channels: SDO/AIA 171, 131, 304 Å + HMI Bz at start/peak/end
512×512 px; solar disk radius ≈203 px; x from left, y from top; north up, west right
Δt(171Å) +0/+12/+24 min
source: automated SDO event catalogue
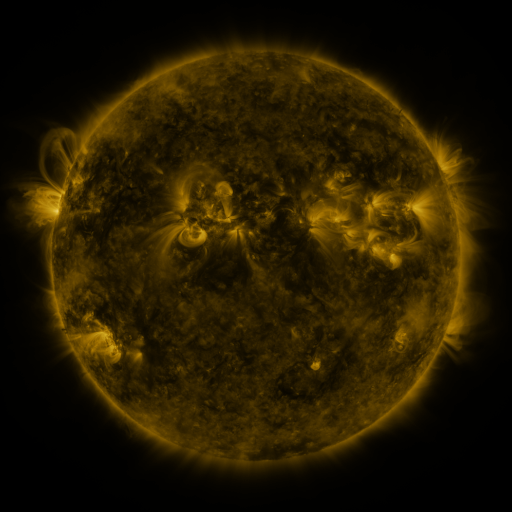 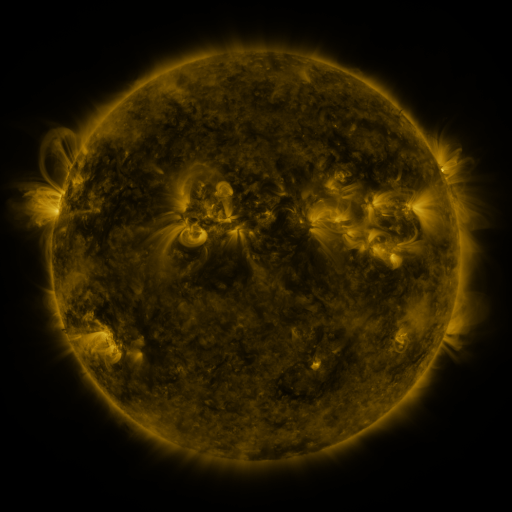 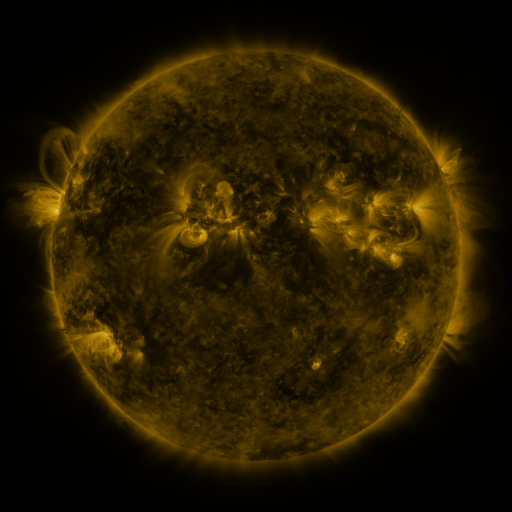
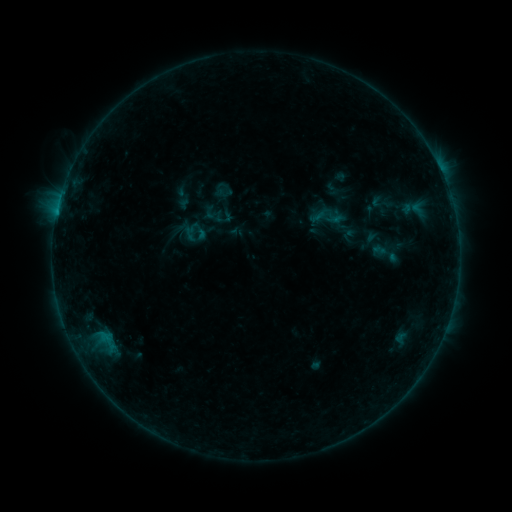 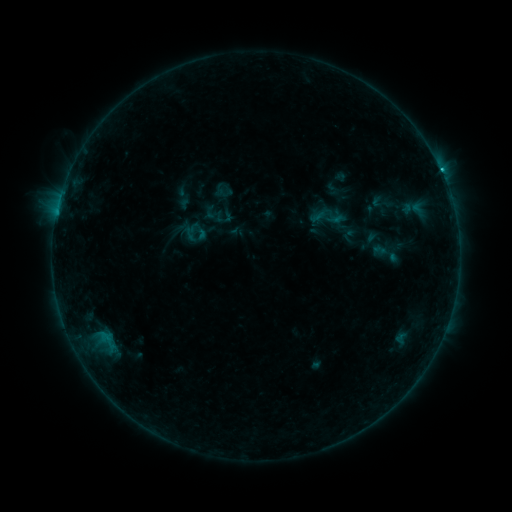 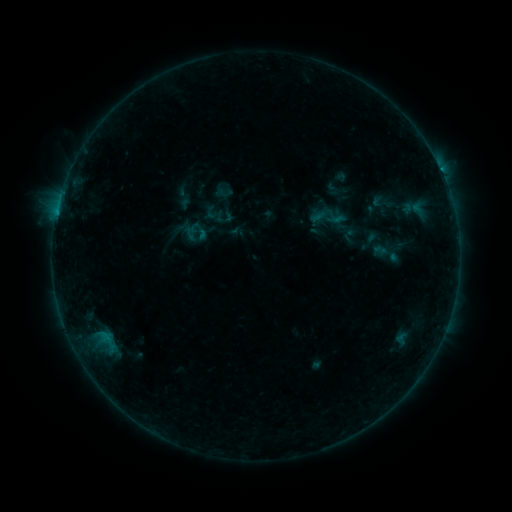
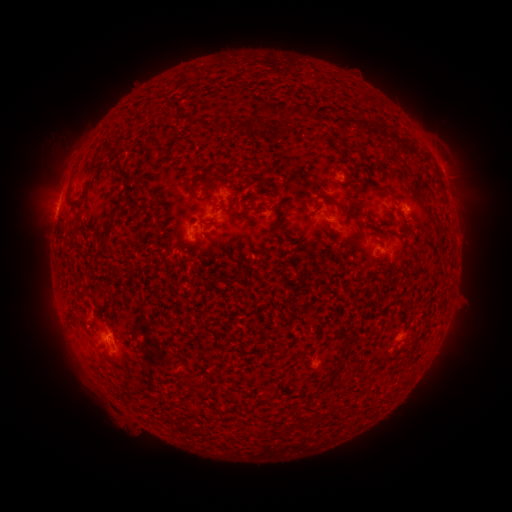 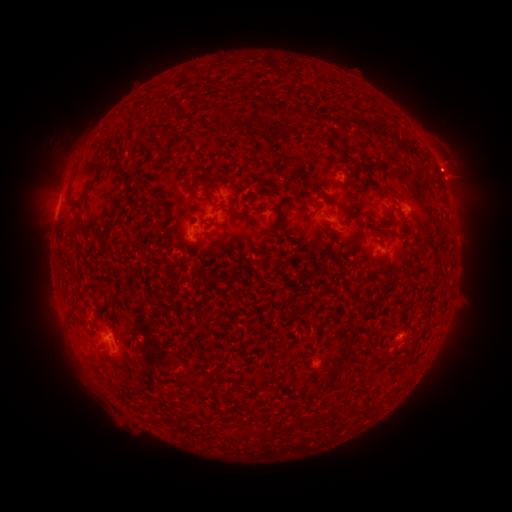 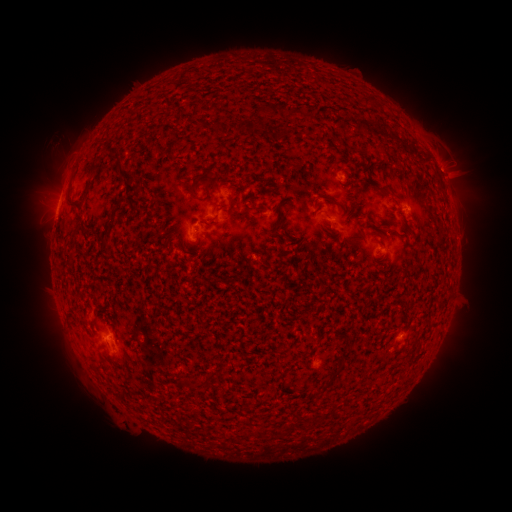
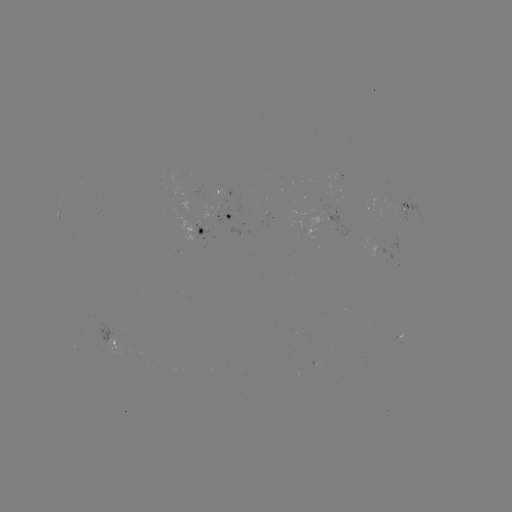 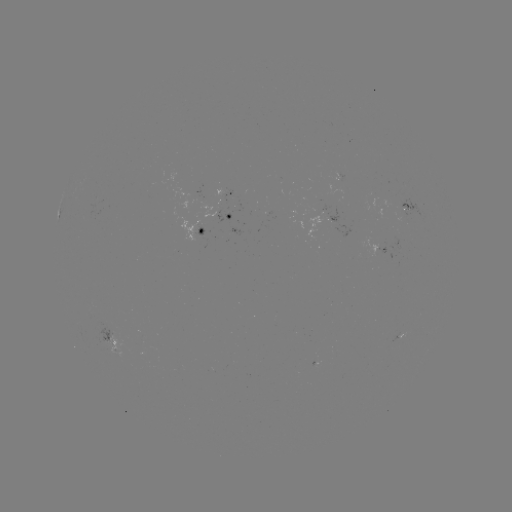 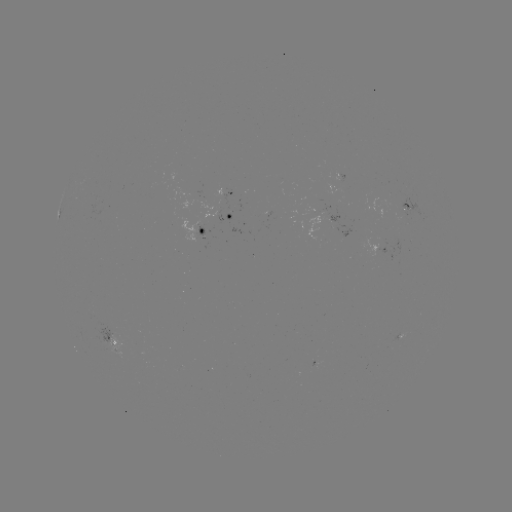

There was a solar flare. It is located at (441, 175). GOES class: B8.8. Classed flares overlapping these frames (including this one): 1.